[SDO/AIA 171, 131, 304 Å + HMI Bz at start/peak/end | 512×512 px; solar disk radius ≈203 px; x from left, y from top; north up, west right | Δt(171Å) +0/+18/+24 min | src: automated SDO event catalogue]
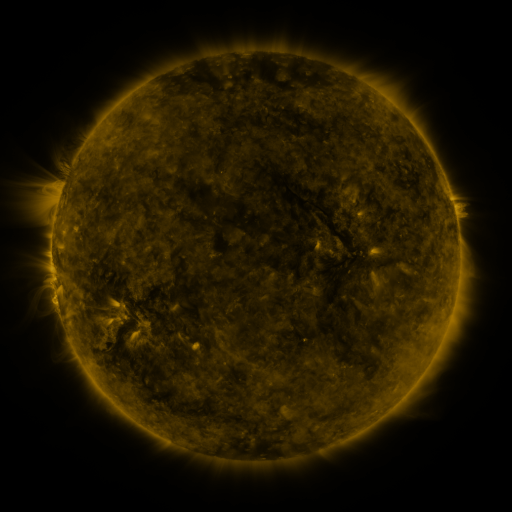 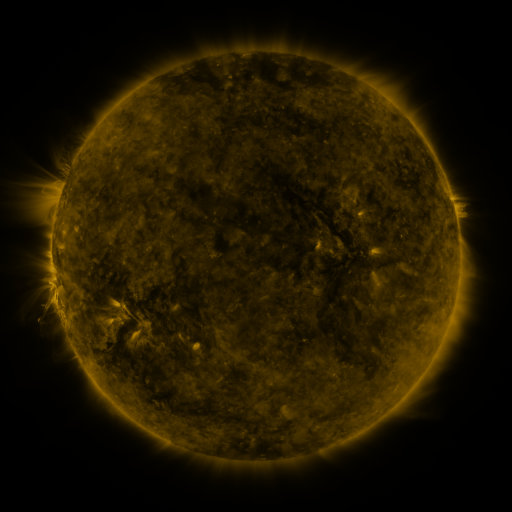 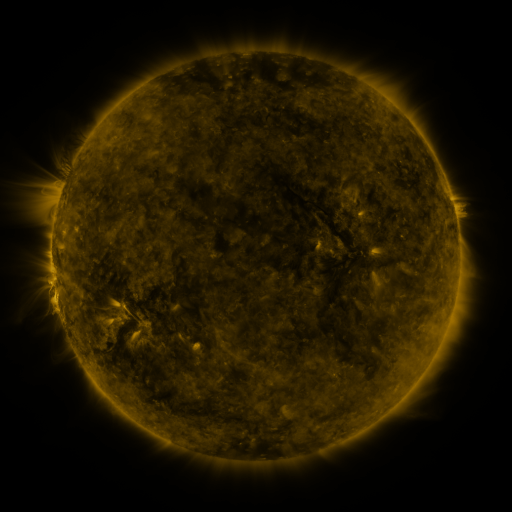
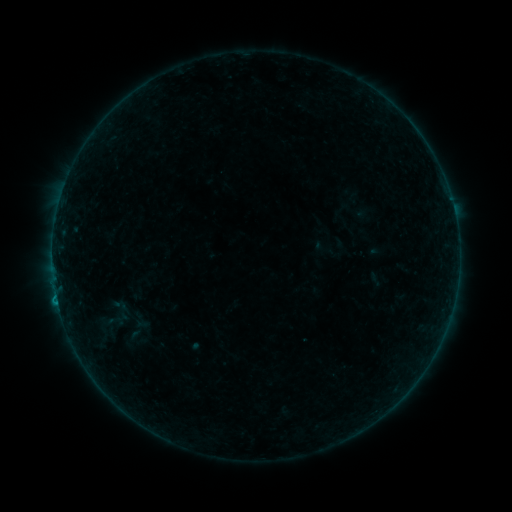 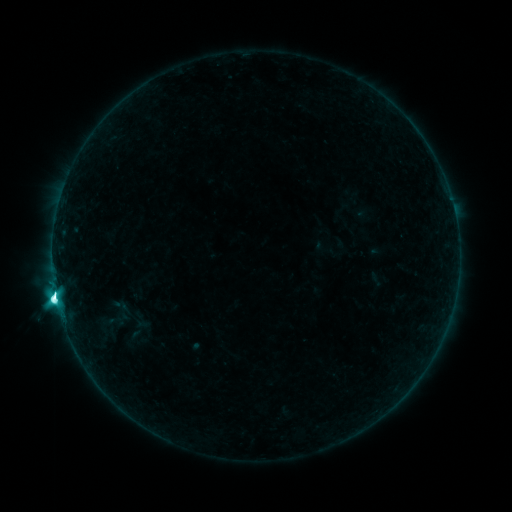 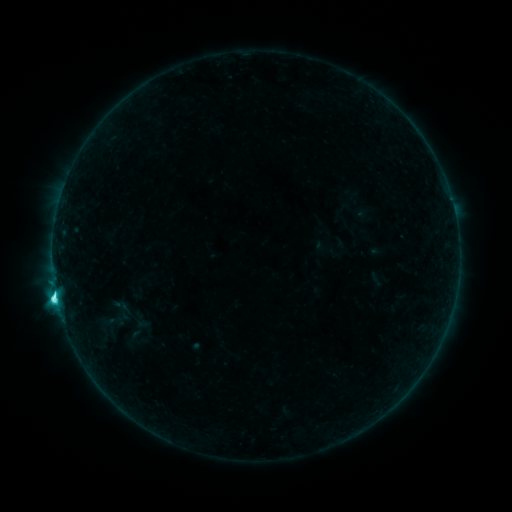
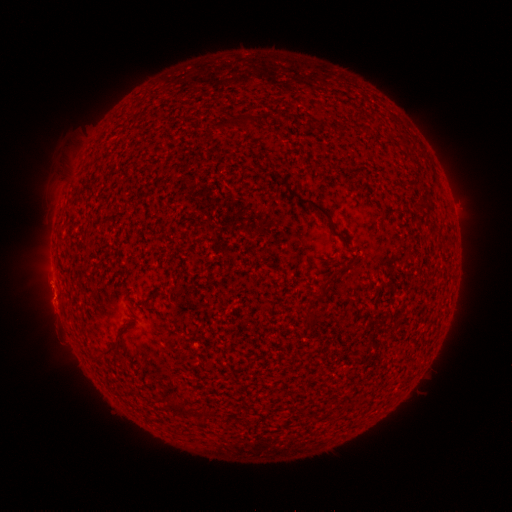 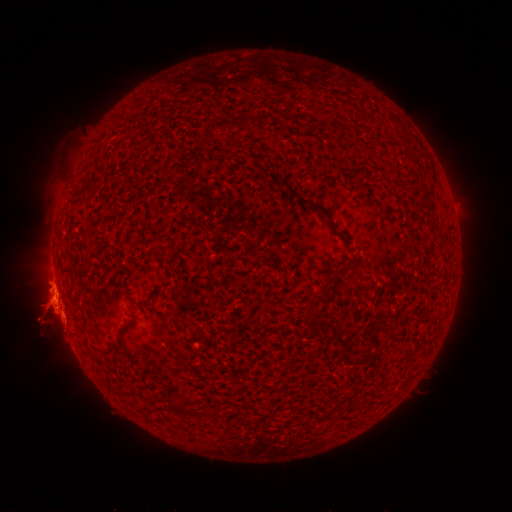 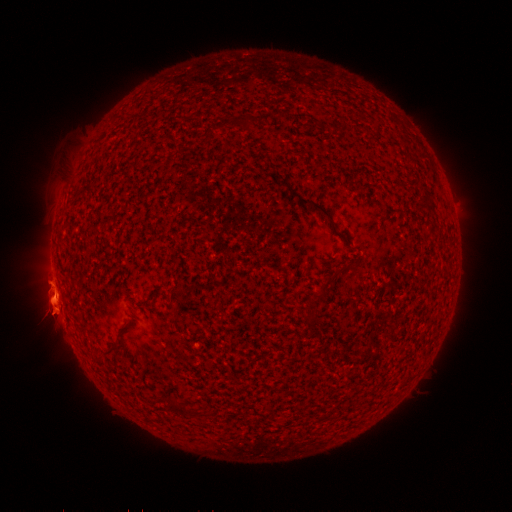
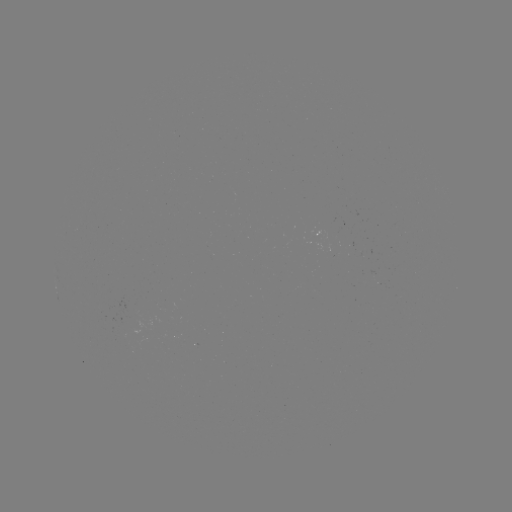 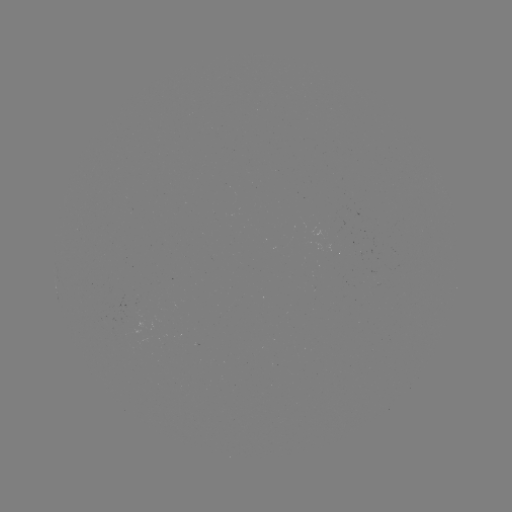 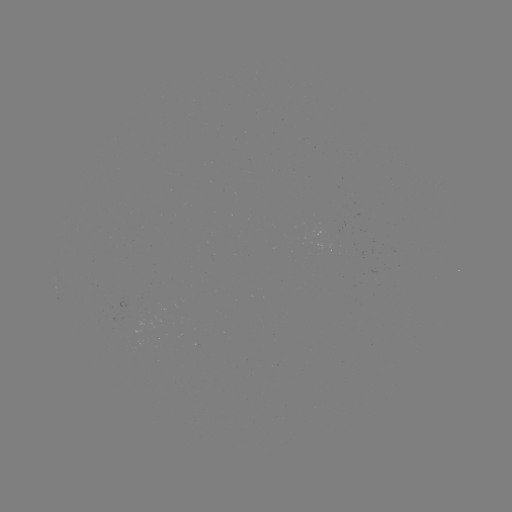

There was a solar flare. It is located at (57, 298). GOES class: M1.1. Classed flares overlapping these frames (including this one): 1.